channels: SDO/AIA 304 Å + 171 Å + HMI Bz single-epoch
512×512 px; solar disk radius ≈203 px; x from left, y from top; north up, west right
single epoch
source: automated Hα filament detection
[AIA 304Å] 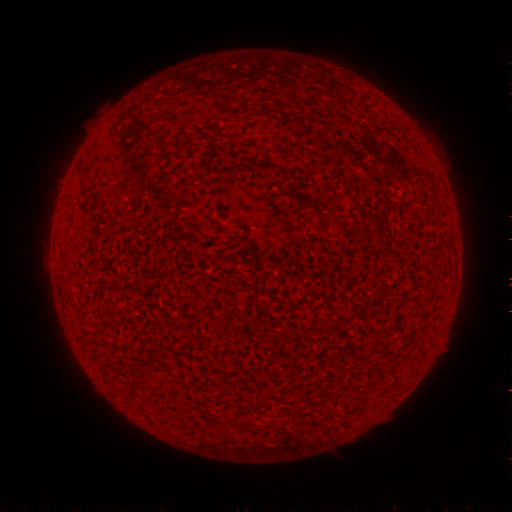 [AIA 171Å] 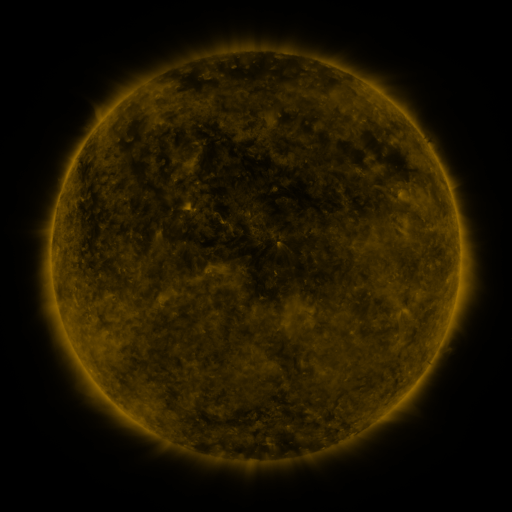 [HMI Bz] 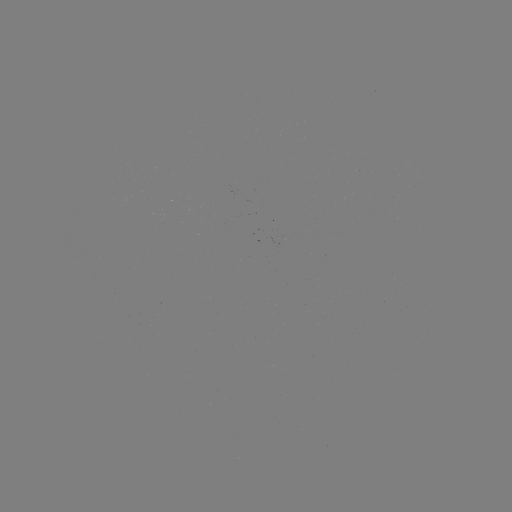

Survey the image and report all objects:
filament: <bbox>67, 187, 73, 324</bbox>
filament: <bbox>315, 198, 326, 209</bbox>
filament: <bbox>57, 233, 62, 278</bbox>
